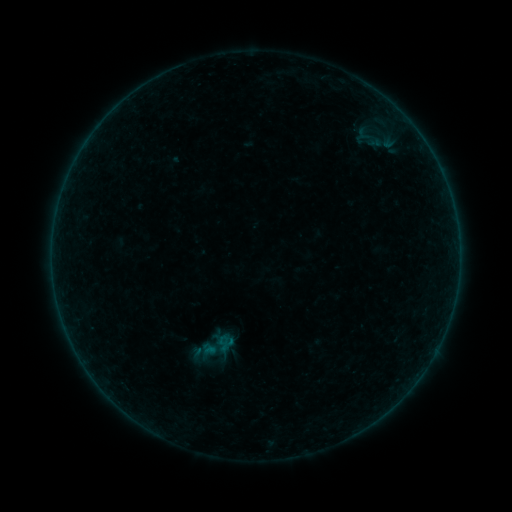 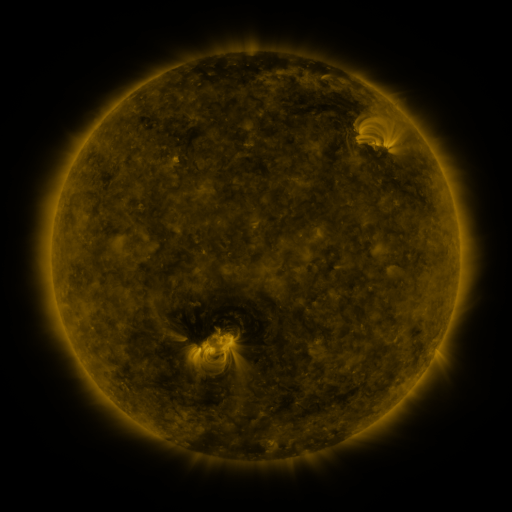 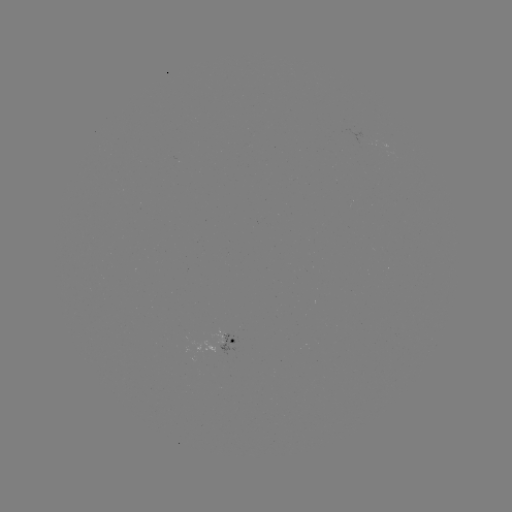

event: sigmoid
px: (216, 347)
